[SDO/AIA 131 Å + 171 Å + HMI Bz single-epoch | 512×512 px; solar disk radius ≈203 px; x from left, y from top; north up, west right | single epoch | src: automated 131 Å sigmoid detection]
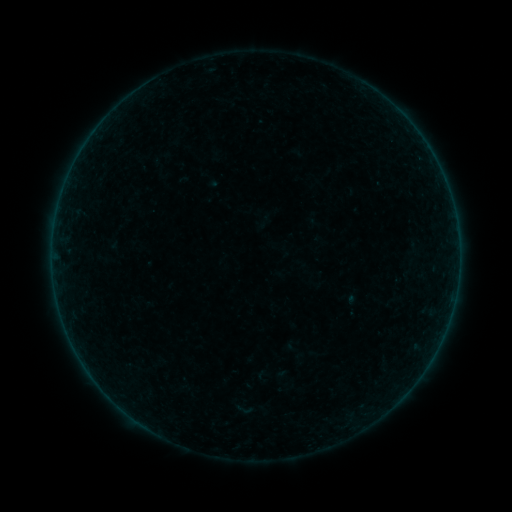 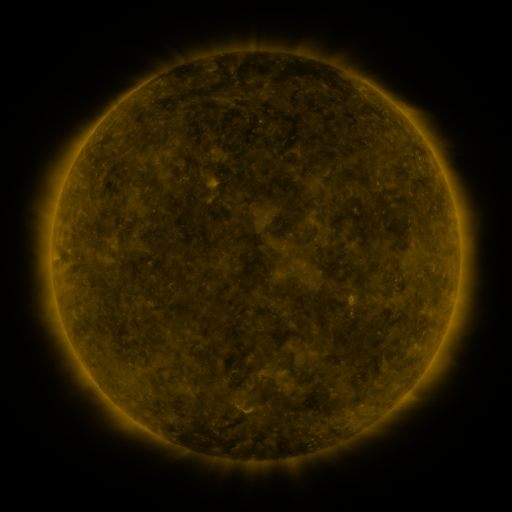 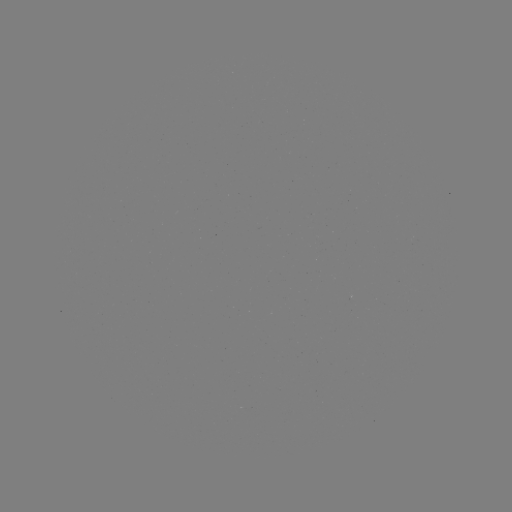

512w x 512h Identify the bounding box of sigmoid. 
[232, 400, 254, 419].